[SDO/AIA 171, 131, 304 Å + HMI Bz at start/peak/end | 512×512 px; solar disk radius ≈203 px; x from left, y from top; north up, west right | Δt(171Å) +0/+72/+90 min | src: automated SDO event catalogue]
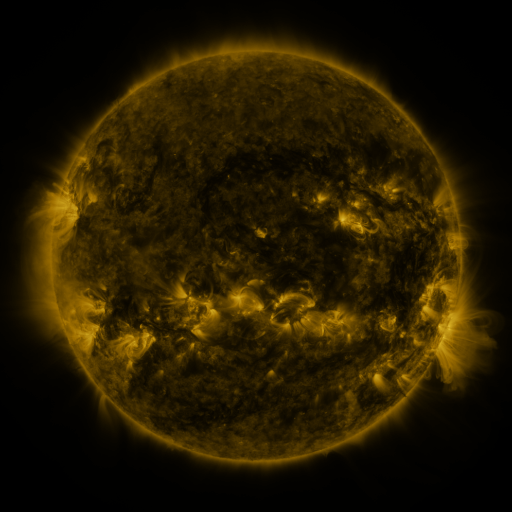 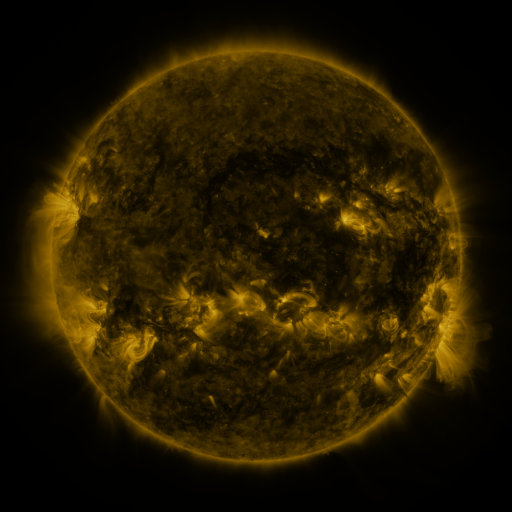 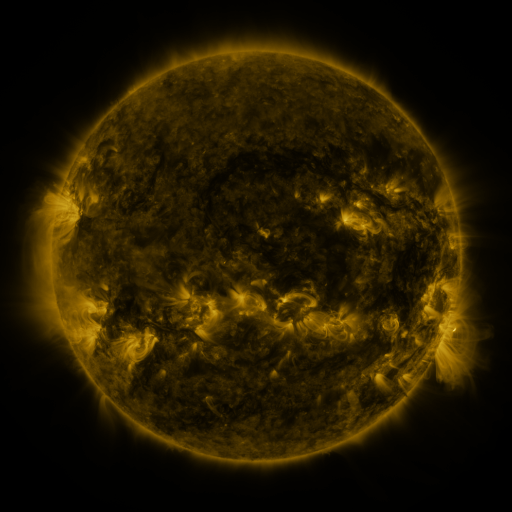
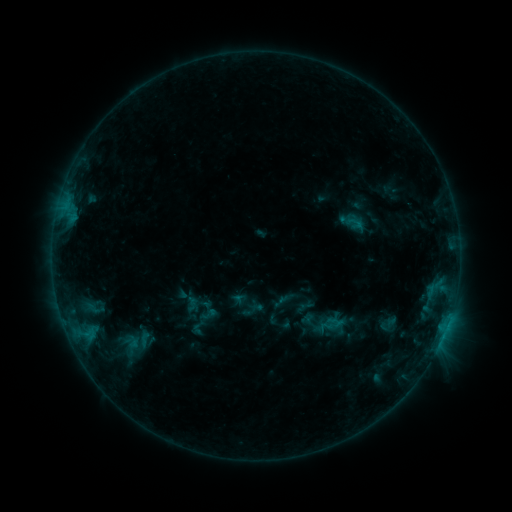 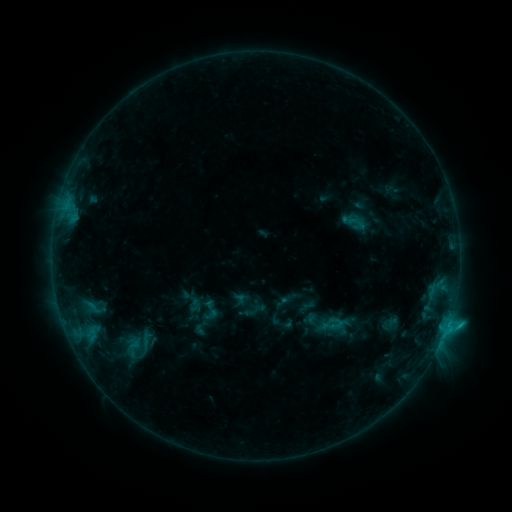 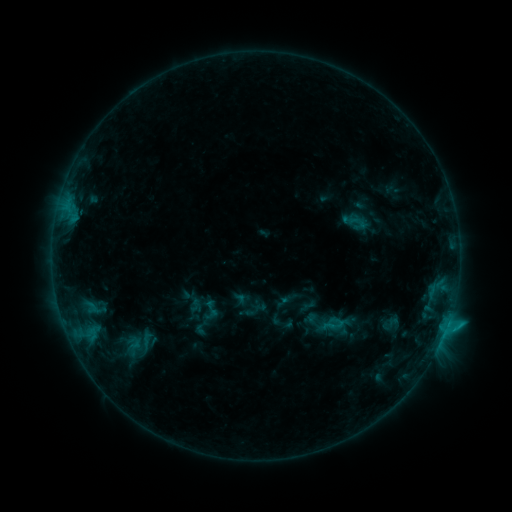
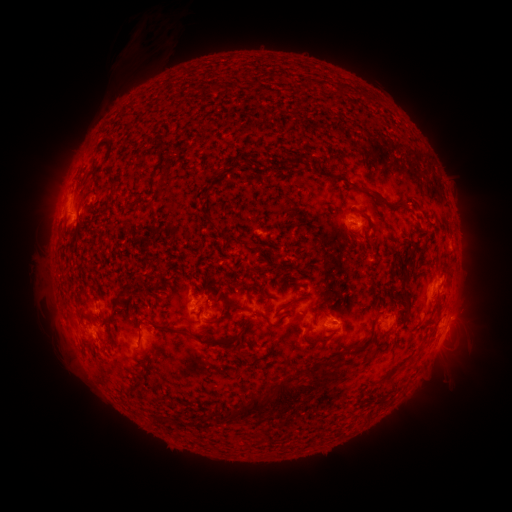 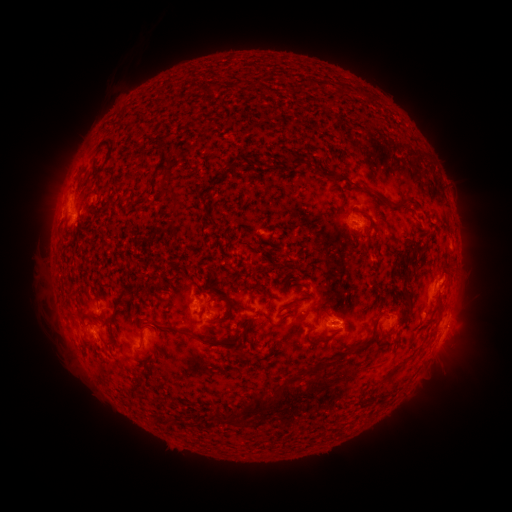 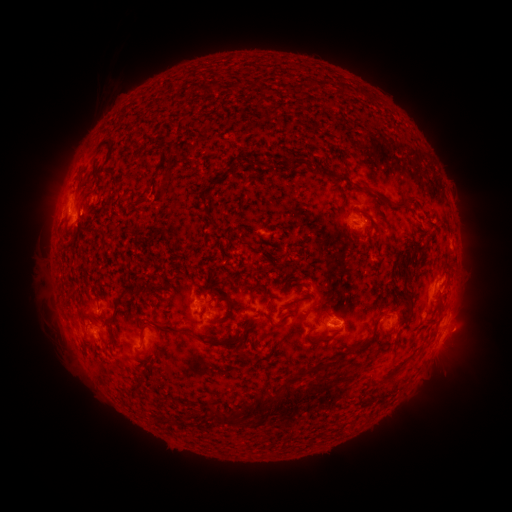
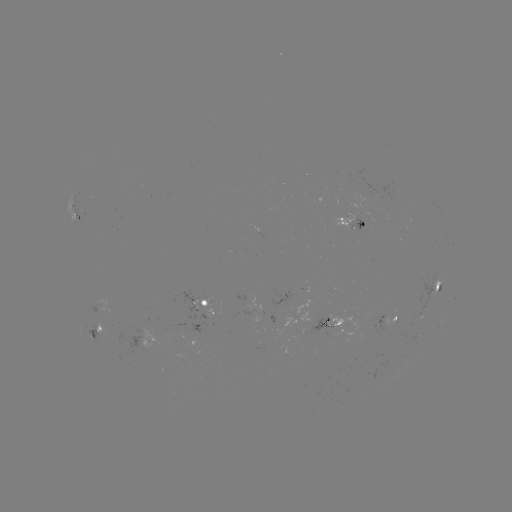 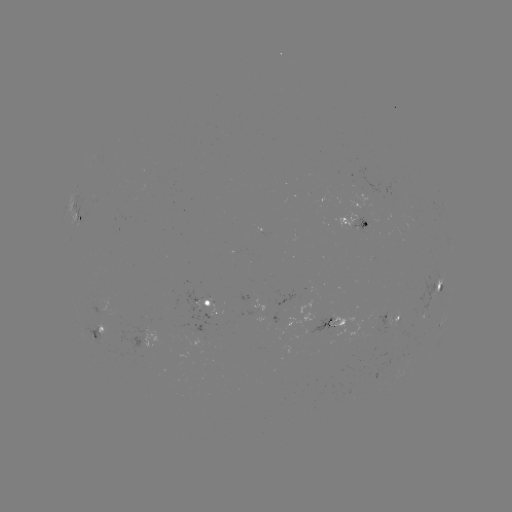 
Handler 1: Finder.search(C1.3 flare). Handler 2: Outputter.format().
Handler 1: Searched C1.3 flare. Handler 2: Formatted [448, 319].